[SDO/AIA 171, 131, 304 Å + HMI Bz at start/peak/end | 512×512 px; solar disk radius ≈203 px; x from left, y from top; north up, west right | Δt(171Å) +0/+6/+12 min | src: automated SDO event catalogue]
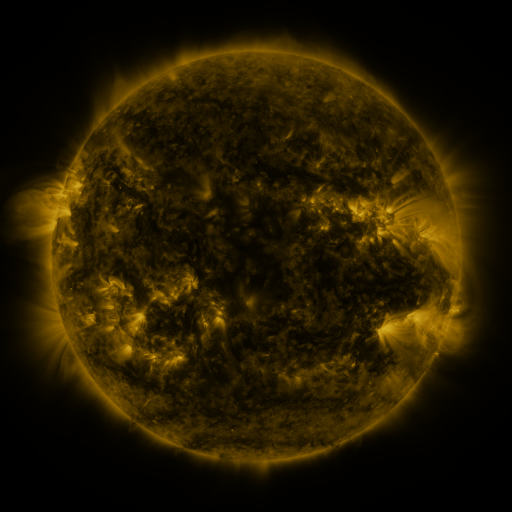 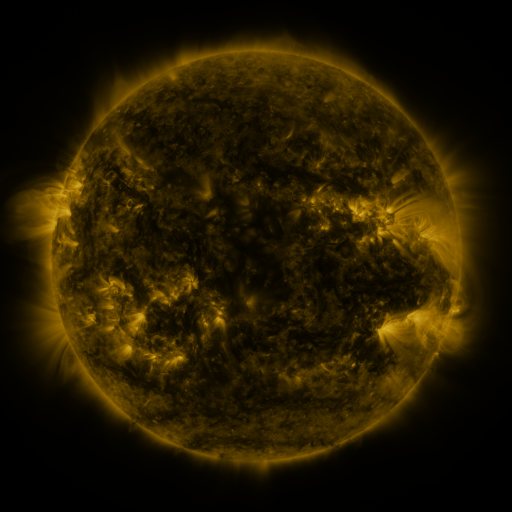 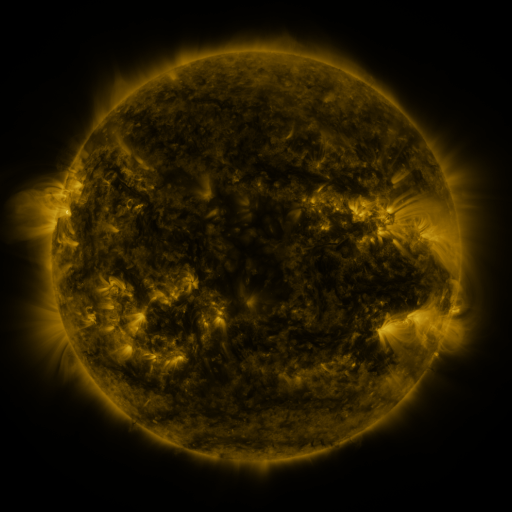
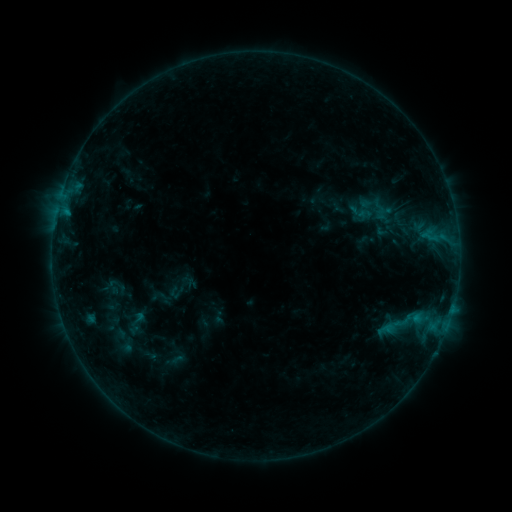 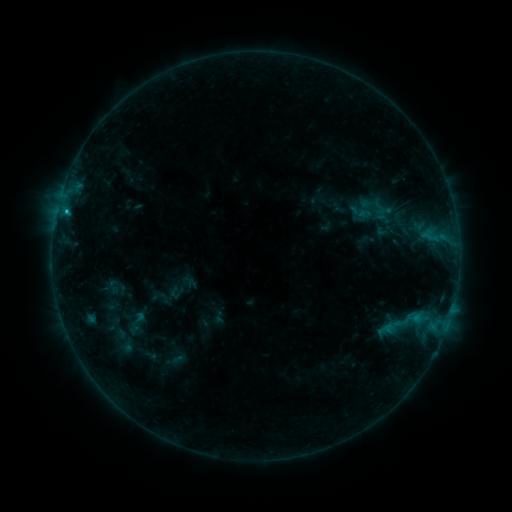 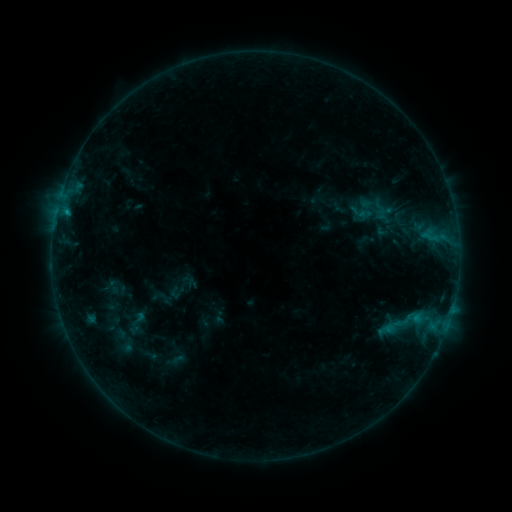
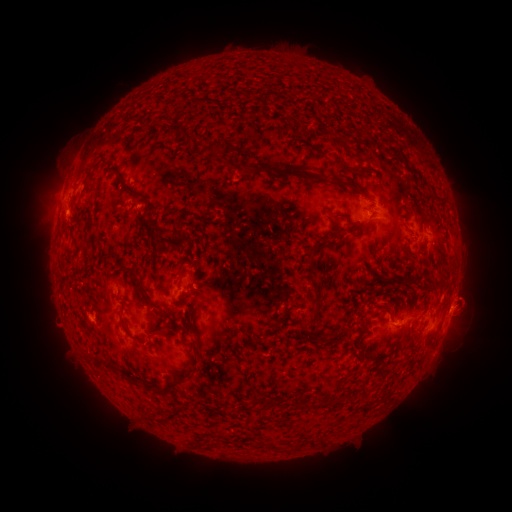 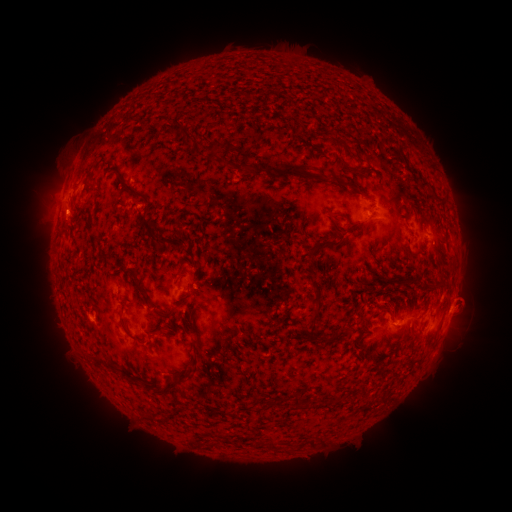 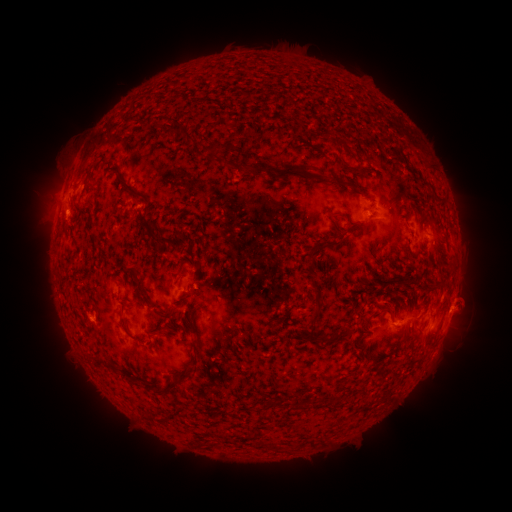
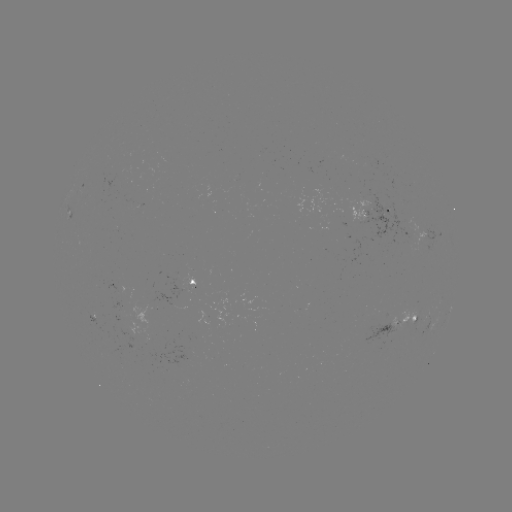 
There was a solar flare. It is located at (66, 212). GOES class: B7.4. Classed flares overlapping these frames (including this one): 1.